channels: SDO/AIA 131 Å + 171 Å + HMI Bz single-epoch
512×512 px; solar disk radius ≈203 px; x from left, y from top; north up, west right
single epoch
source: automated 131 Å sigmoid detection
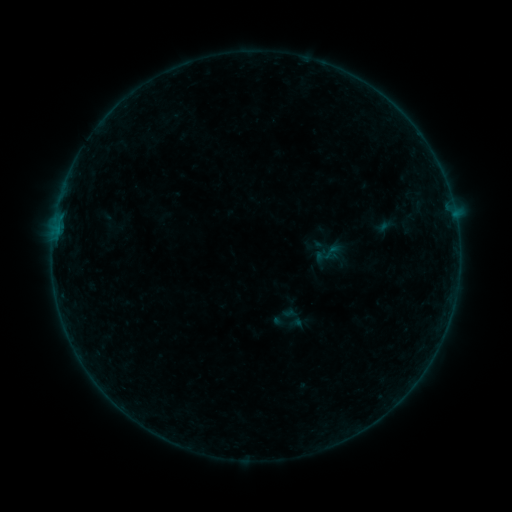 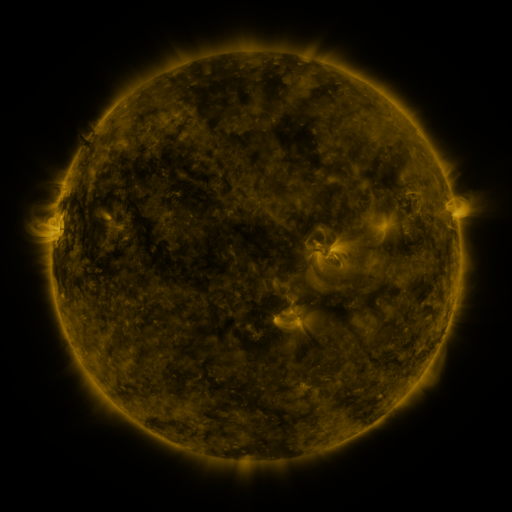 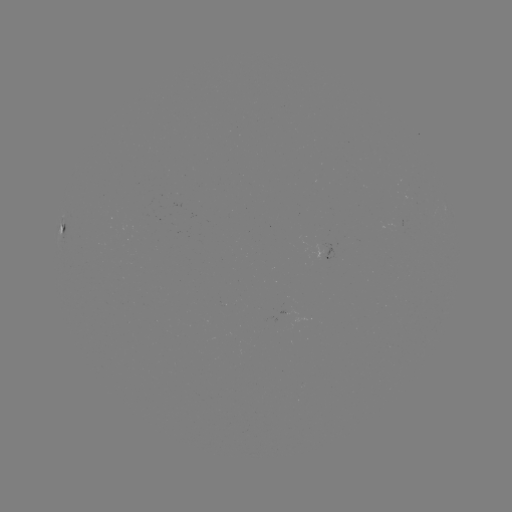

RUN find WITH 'sigmoid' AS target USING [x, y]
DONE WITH [332, 251] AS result